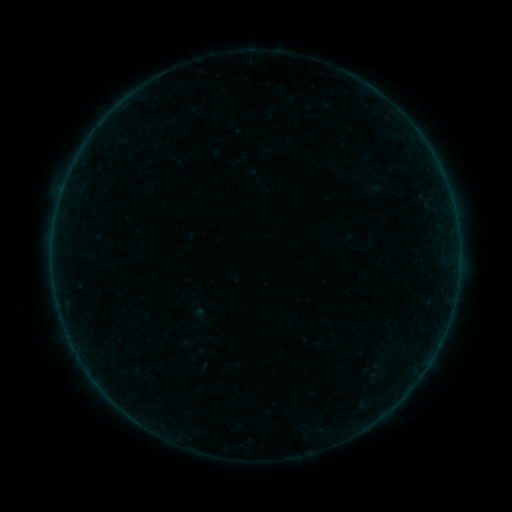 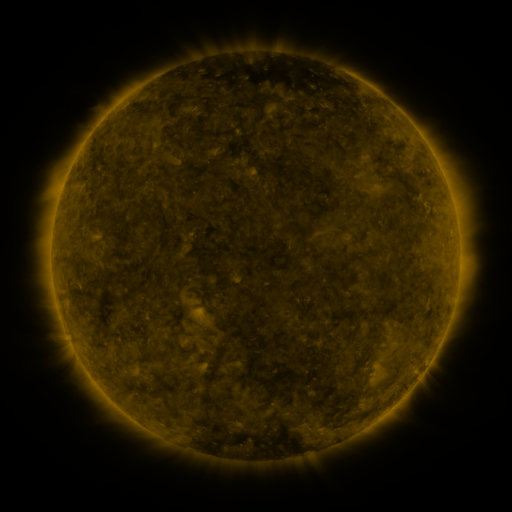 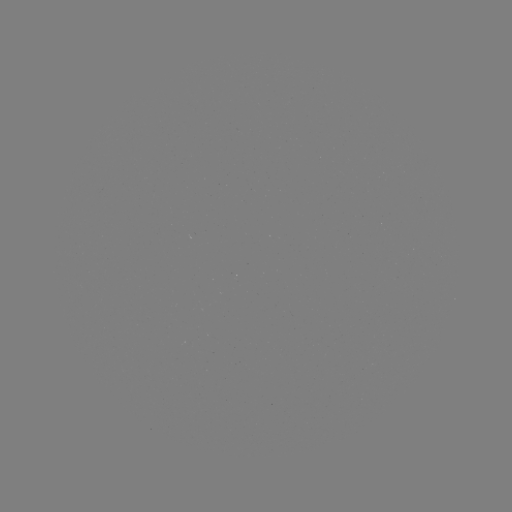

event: sigmoid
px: (199, 318)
